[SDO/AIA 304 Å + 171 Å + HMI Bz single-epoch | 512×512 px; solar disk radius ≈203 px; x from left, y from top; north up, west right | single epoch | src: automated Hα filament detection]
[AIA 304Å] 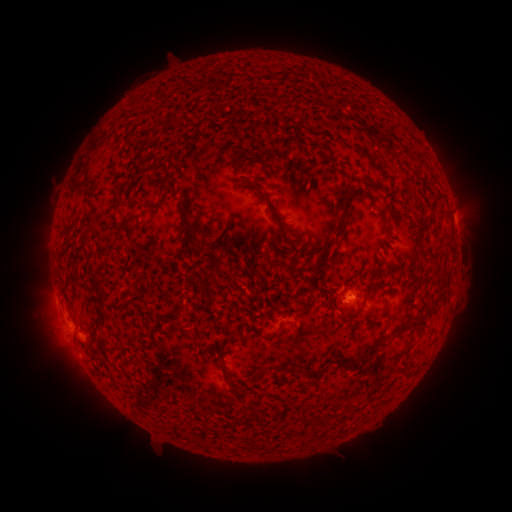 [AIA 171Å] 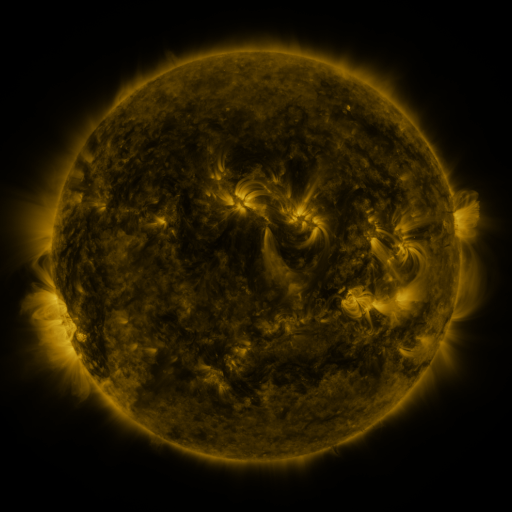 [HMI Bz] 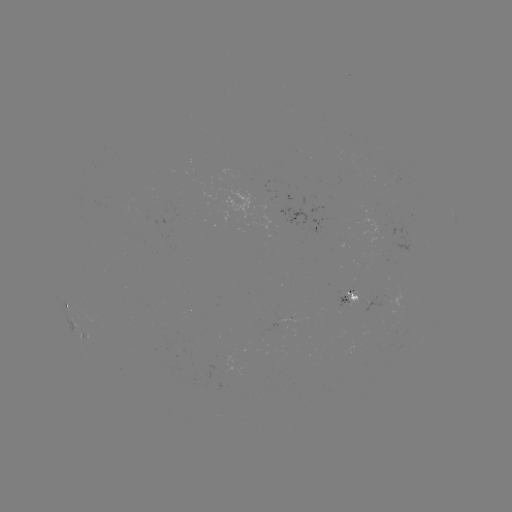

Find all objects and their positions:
filament: (168, 114, 176, 123)
filament: (336, 137, 375, 163)
filament: (132, 139, 150, 168)
filament: (427, 169, 435, 180)
filament: (285, 173, 292, 185)
filament: (235, 182, 303, 247)
filament: (355, 187, 372, 203)
filament: (336, 191, 352, 239)
filament: (111, 198, 119, 213)
filament: (149, 199, 162, 210)
filament: (175, 199, 195, 238)
filament: (377, 214, 393, 234)
filament: (441, 238, 451, 246)
filament: (257, 249, 269, 260)
filament: (270, 259, 294, 272)
filament: (94, 278, 108, 332)
filament: (357, 314, 427, 364)
filament: (217, 347, 226, 358)
filament: (341, 359, 352, 367)
filament: (269, 362, 283, 371)
filament: (220, 364, 229, 381)
filament: (303, 433, 310, 443)
